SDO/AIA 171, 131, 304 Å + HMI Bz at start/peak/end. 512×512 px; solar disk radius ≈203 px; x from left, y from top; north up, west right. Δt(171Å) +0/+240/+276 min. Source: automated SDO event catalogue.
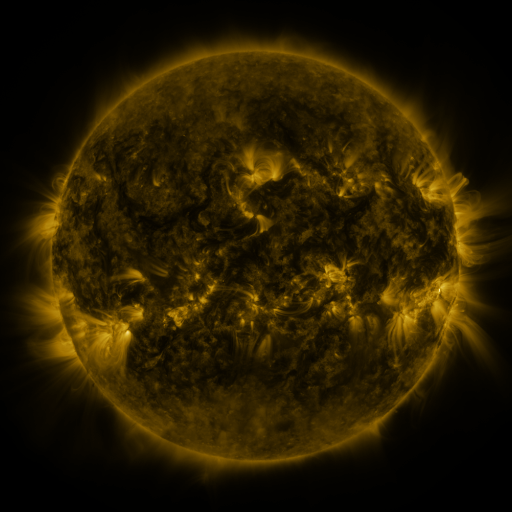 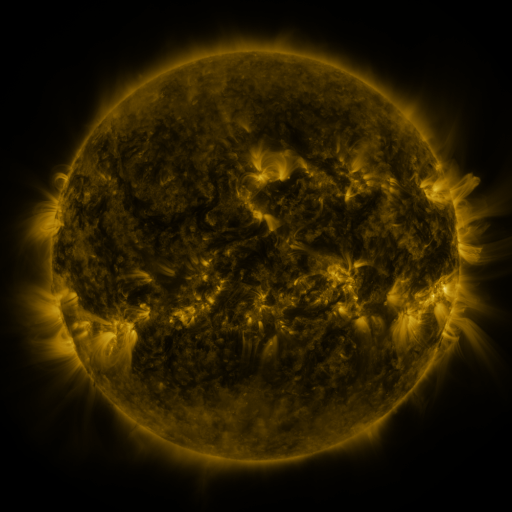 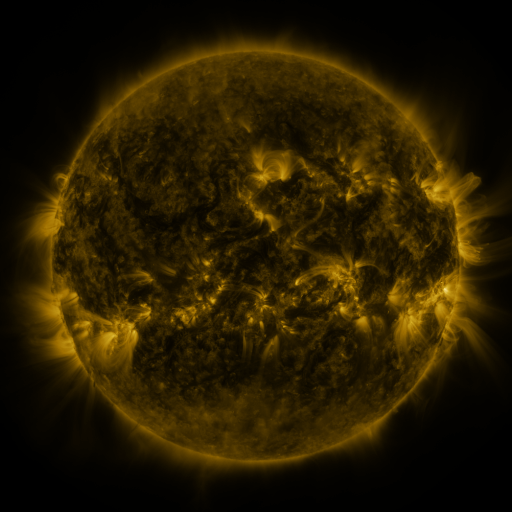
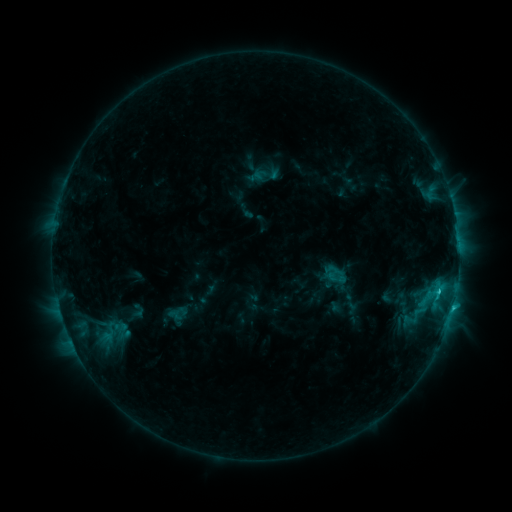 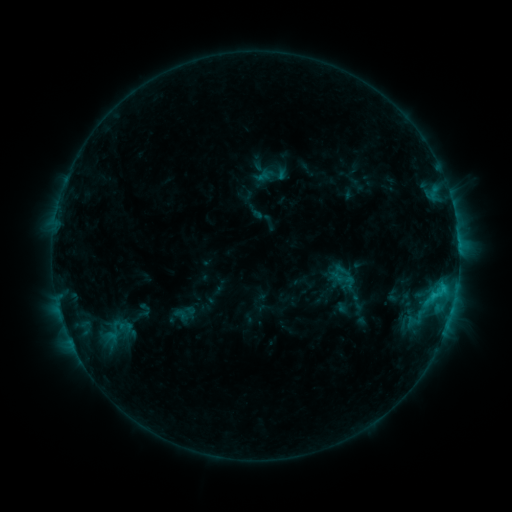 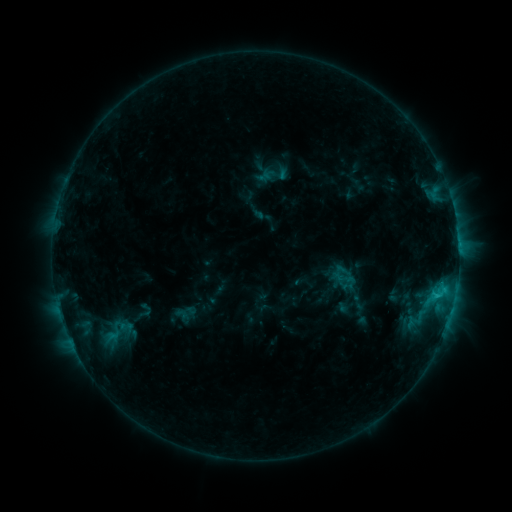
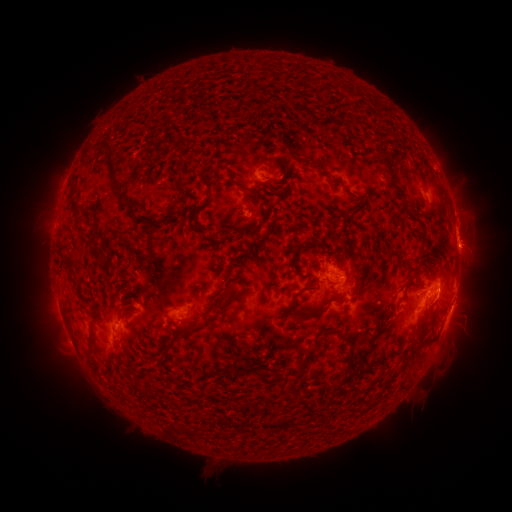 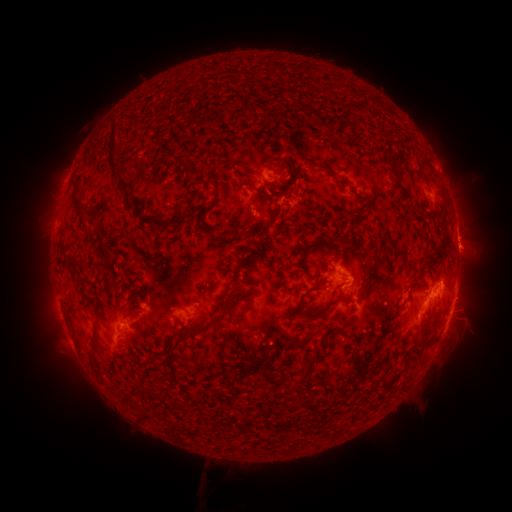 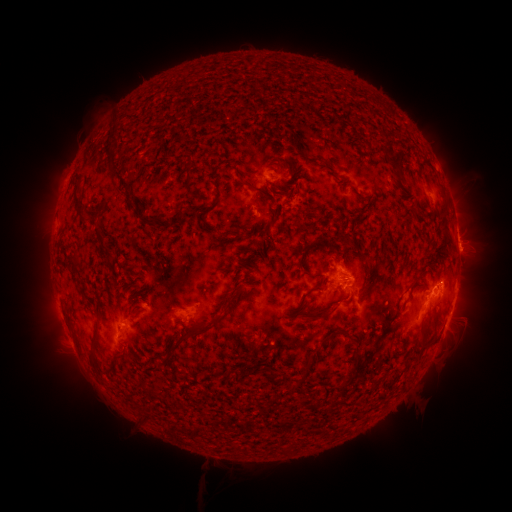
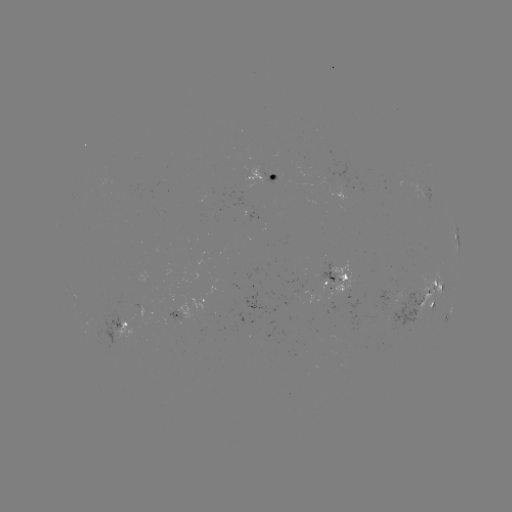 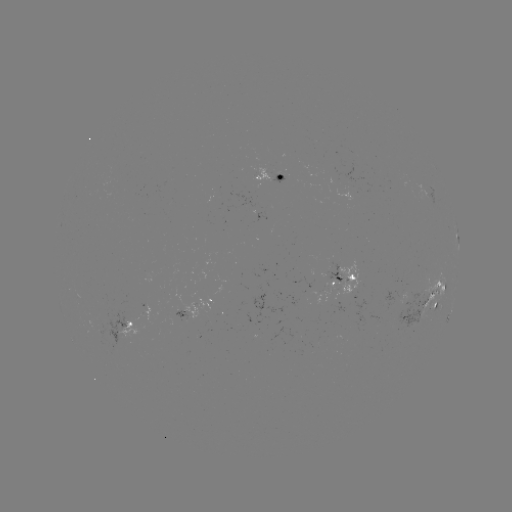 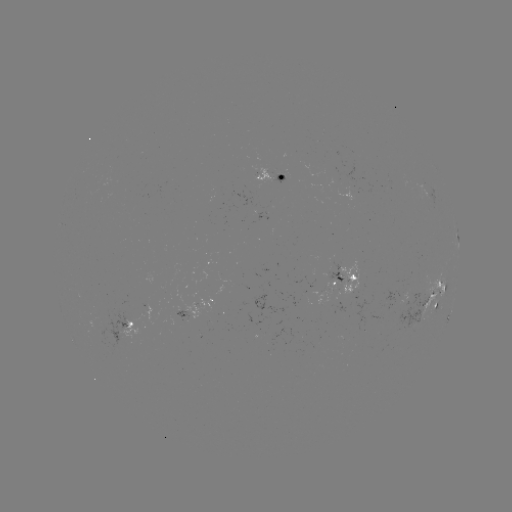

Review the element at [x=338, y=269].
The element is emerging-flux region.